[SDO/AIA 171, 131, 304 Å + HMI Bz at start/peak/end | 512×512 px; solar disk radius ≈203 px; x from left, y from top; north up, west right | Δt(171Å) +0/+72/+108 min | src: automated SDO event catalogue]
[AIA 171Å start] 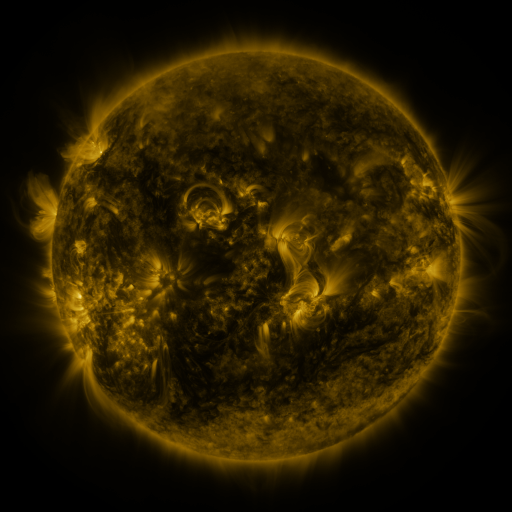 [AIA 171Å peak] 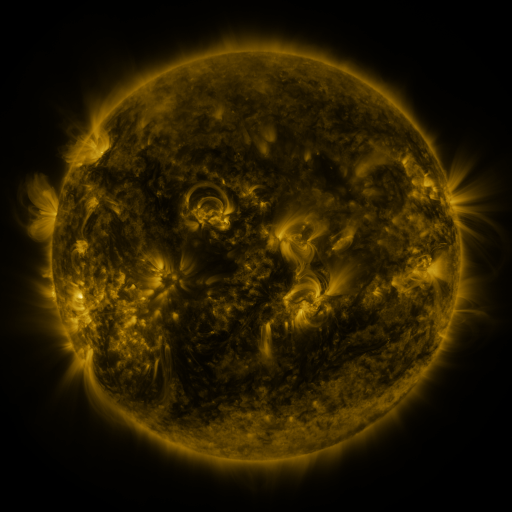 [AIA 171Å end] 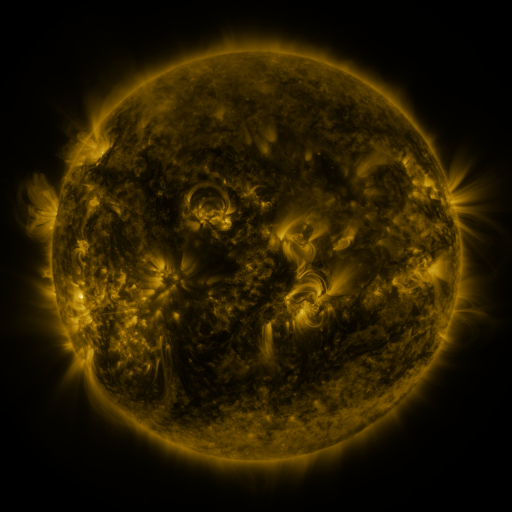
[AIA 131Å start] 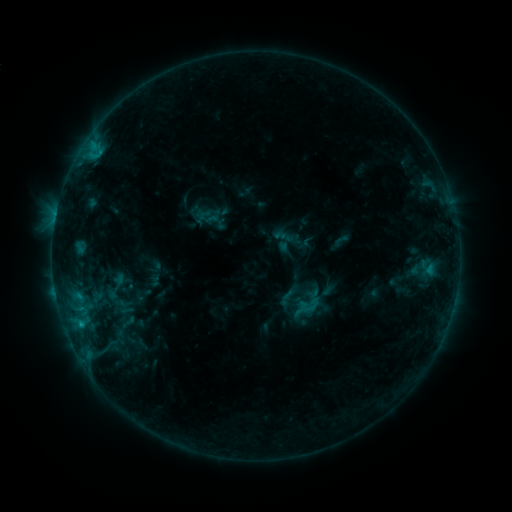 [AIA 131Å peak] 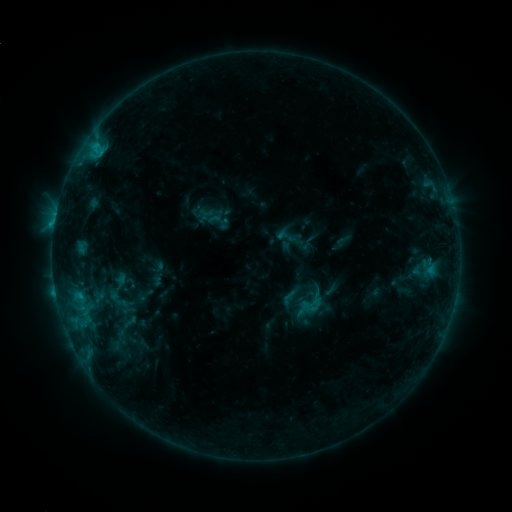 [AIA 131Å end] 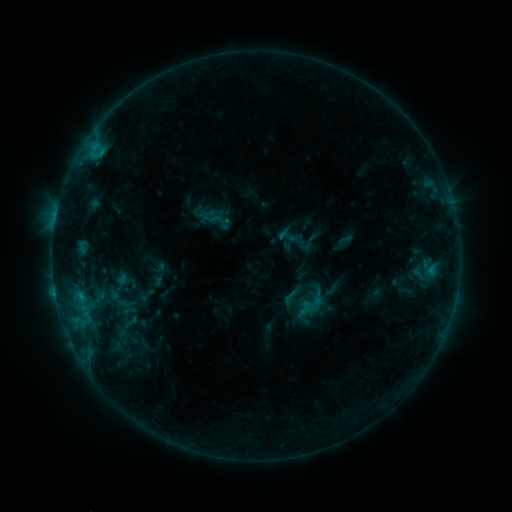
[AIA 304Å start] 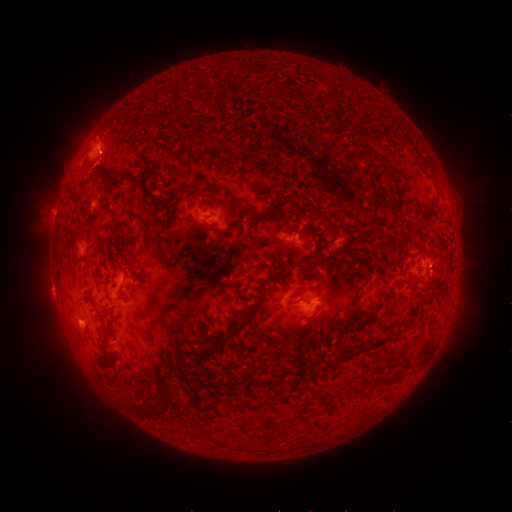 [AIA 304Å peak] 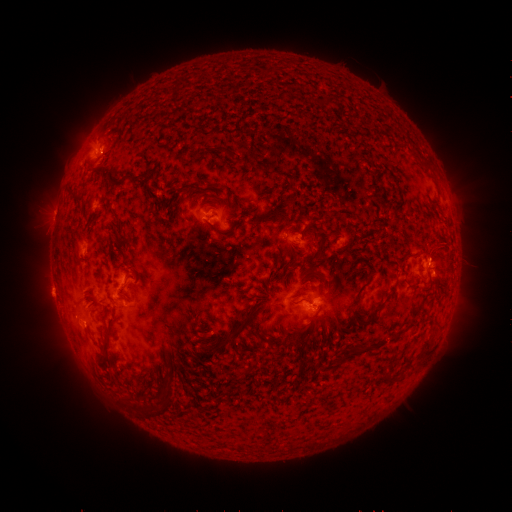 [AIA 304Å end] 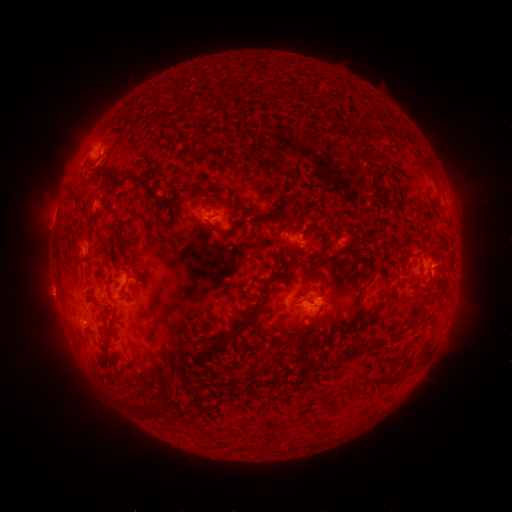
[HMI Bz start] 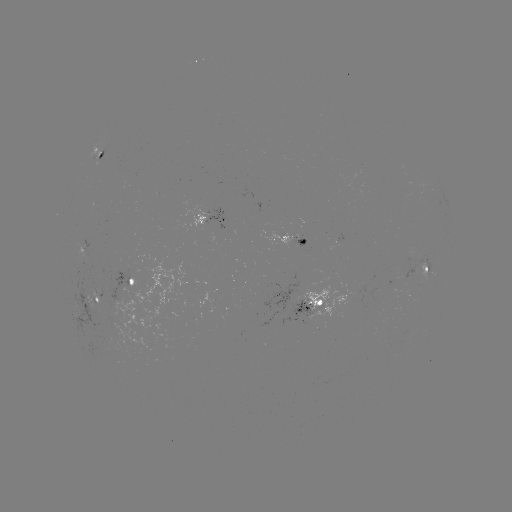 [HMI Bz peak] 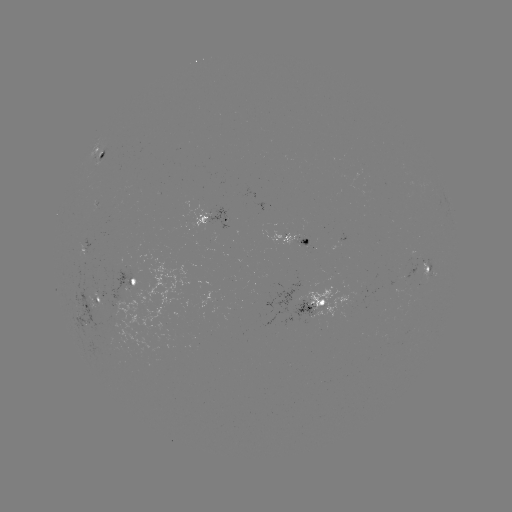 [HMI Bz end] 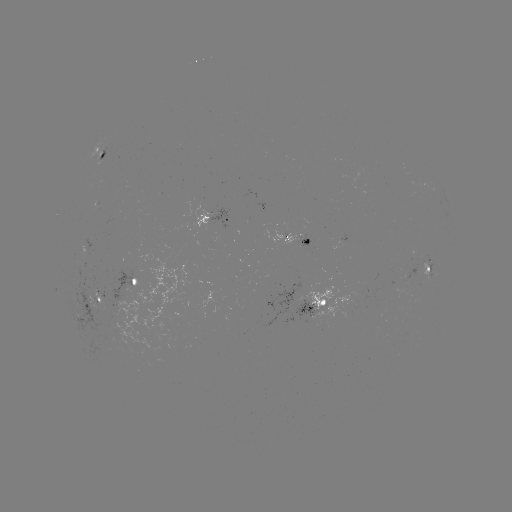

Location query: emerging-flux region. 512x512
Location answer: [96, 204].